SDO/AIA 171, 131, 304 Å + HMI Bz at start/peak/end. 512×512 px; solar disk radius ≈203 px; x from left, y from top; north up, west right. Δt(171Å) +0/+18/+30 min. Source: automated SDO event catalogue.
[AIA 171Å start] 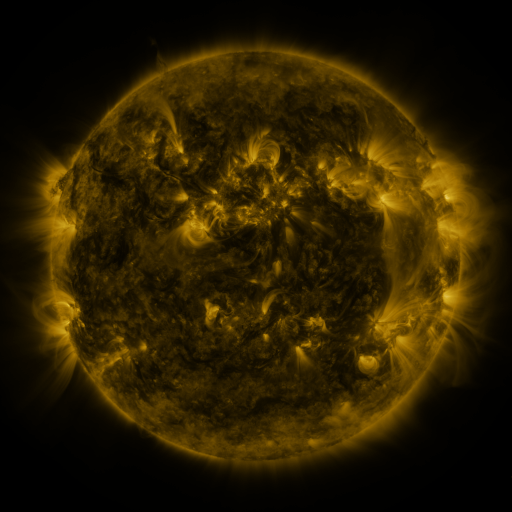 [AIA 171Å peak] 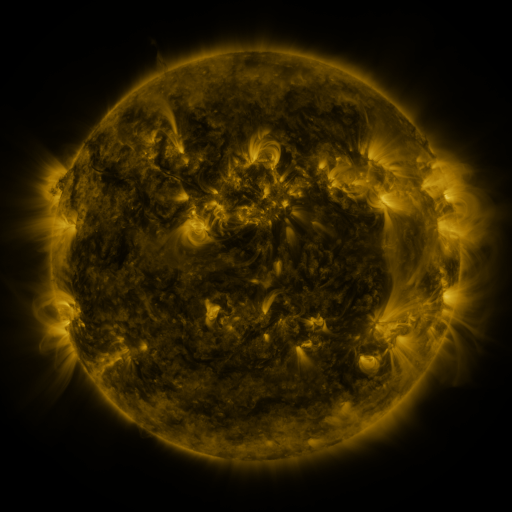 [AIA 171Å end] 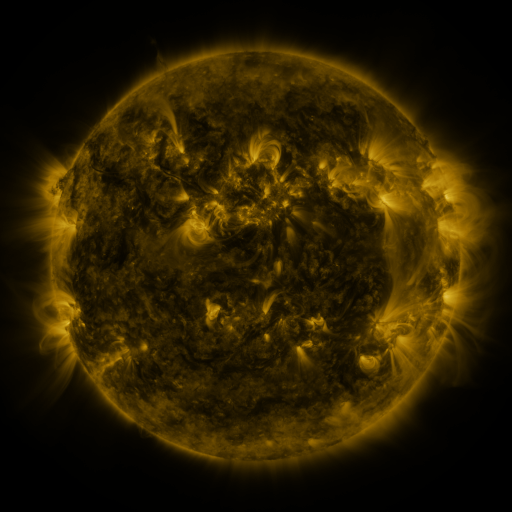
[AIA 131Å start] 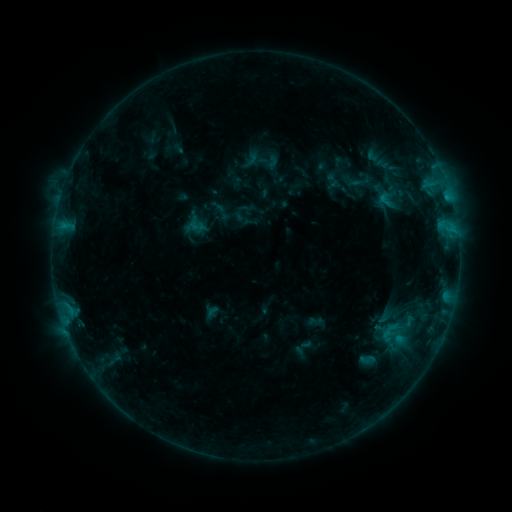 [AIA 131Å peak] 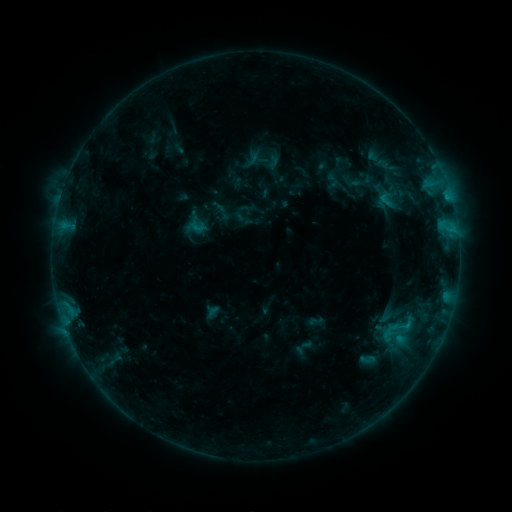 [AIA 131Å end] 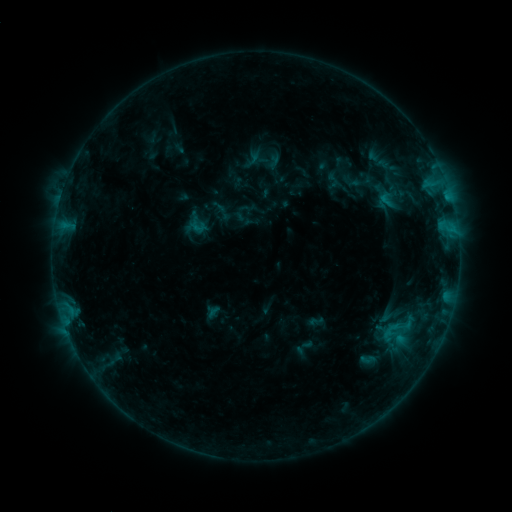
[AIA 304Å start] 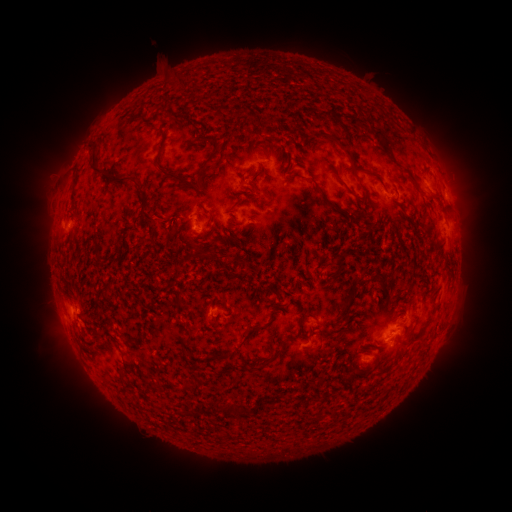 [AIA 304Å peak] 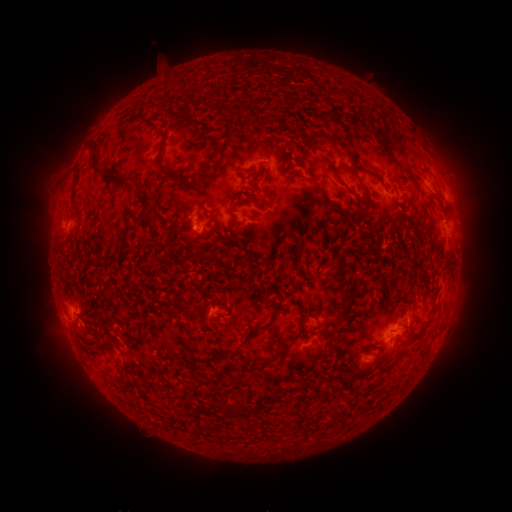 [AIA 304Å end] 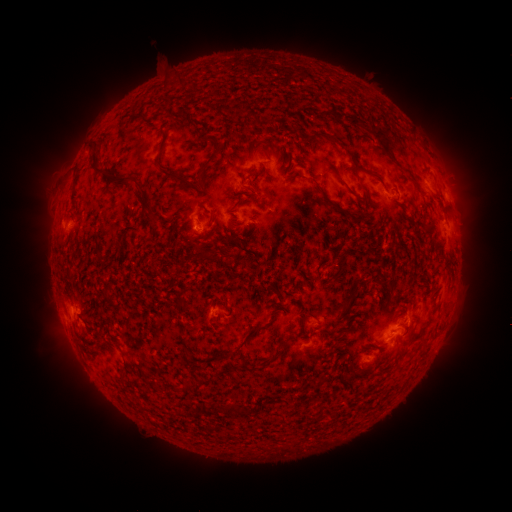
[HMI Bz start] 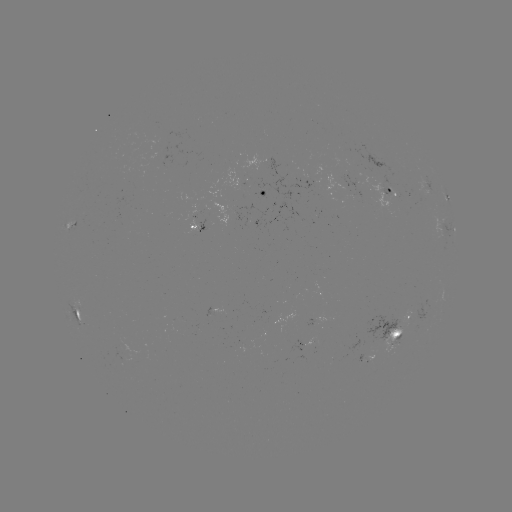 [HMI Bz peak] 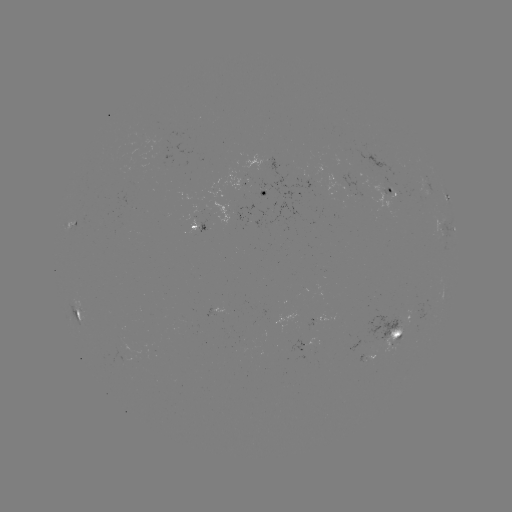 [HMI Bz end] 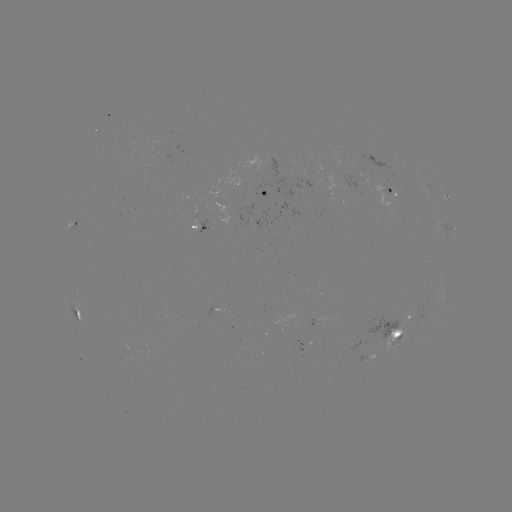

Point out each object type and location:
B5.9 flare: (406, 325)
